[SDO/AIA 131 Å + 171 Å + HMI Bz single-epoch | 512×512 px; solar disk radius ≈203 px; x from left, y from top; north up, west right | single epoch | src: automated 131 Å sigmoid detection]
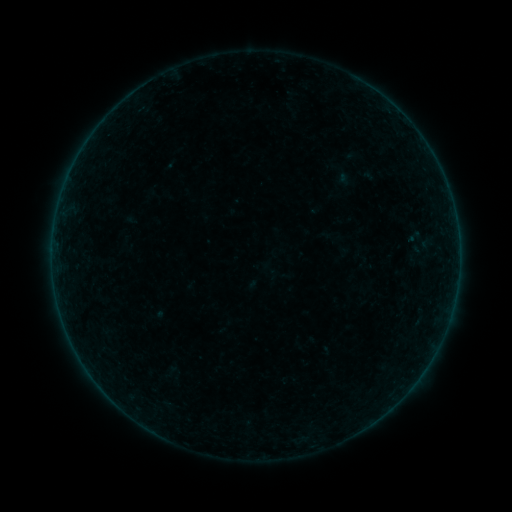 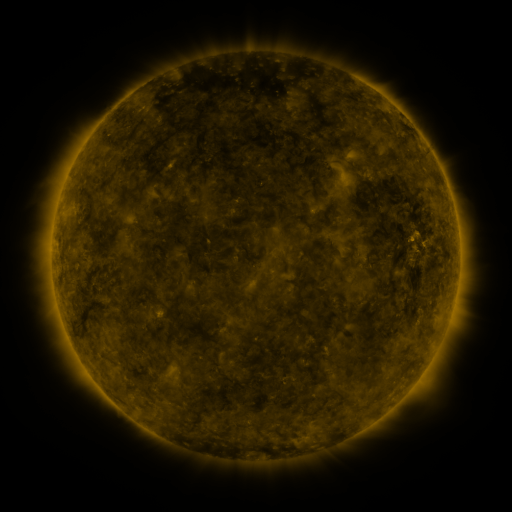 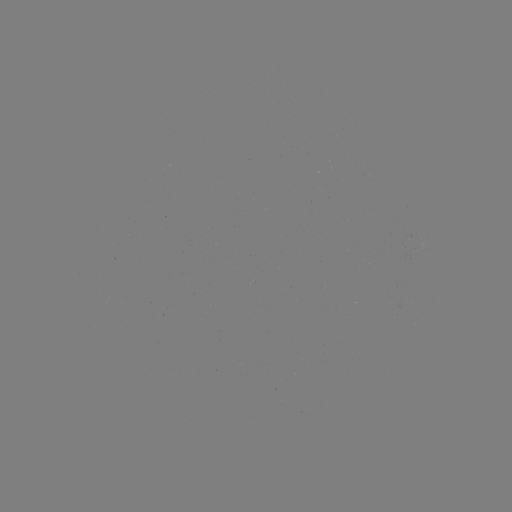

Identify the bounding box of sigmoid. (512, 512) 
[404, 229, 424, 245].